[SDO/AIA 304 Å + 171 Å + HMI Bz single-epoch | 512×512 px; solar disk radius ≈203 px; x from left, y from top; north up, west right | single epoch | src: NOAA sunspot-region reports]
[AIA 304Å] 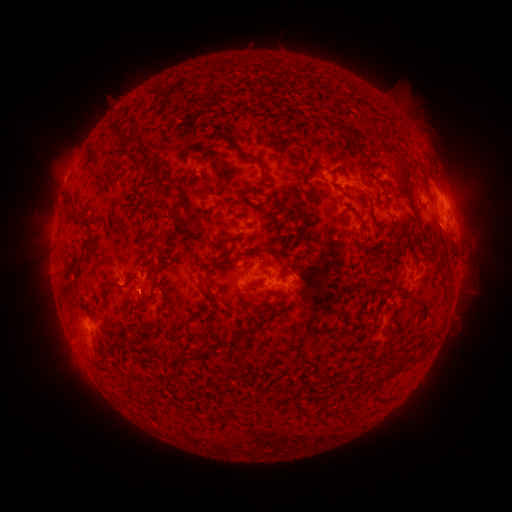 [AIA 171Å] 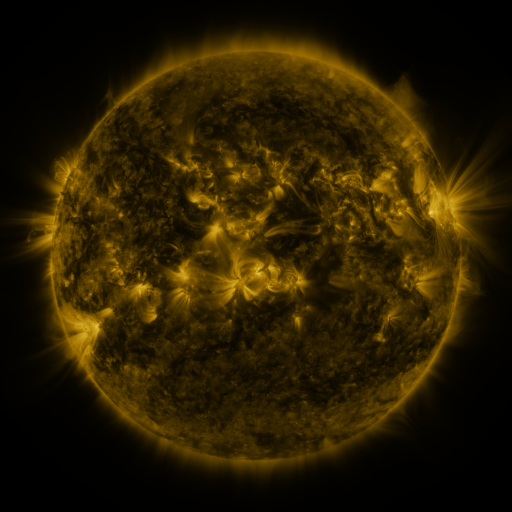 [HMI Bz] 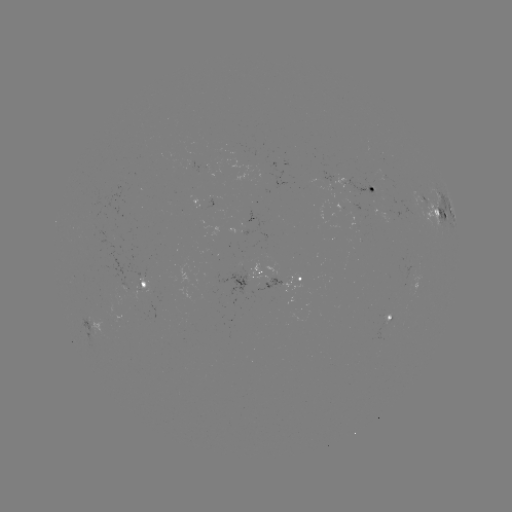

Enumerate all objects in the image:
spotted active region: (367, 189)
spotted active region: (445, 214)
spotted active region: (259, 232)
spotted active region: (256, 275)
spotted active region: (301, 279)
spotted active region: (144, 287)
spotted active region: (391, 319)
